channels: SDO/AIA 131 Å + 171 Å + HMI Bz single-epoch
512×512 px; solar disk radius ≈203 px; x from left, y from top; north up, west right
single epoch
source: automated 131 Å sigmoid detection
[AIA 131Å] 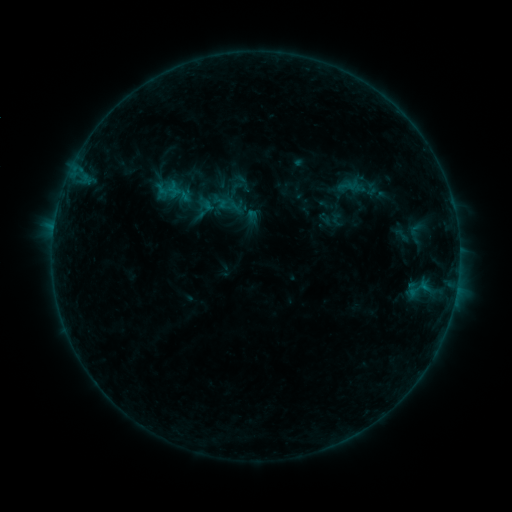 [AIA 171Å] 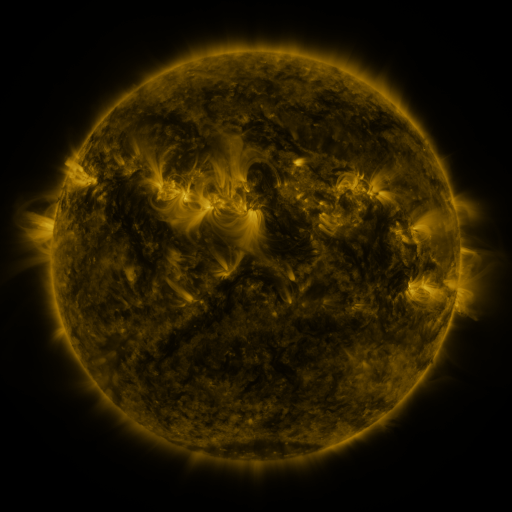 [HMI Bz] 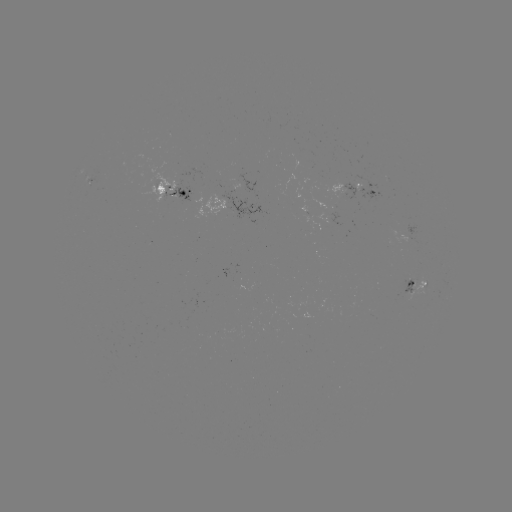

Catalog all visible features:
sigmoid: (218, 196, 236, 213)
sigmoid: (406, 219, 424, 240)
sigmoid: (392, 224, 410, 246)
